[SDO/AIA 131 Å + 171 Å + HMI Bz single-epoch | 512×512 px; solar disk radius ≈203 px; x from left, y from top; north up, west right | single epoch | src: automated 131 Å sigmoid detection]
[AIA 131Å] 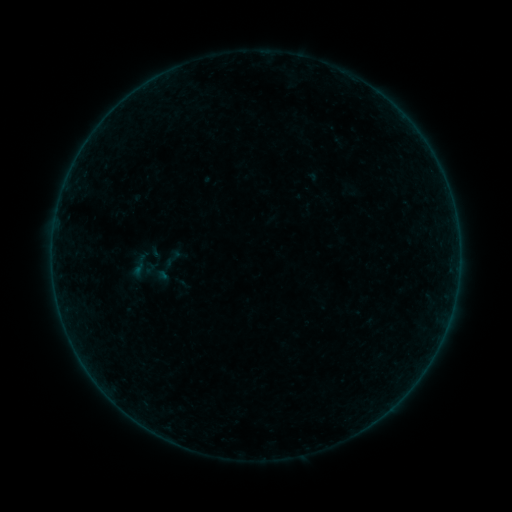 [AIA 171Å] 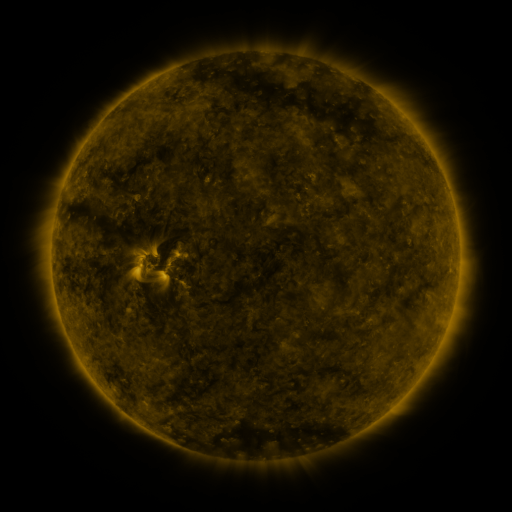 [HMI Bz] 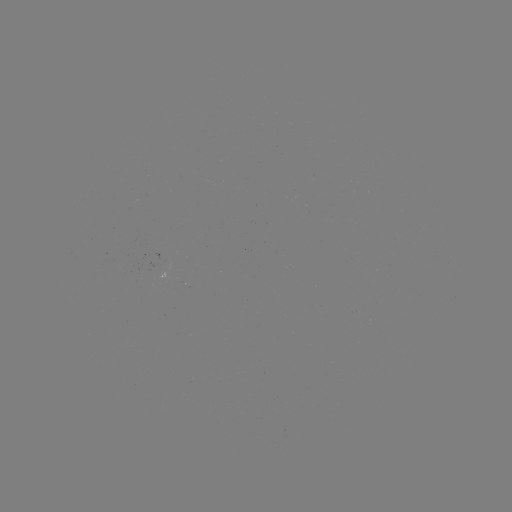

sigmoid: (145, 242, 166, 262)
